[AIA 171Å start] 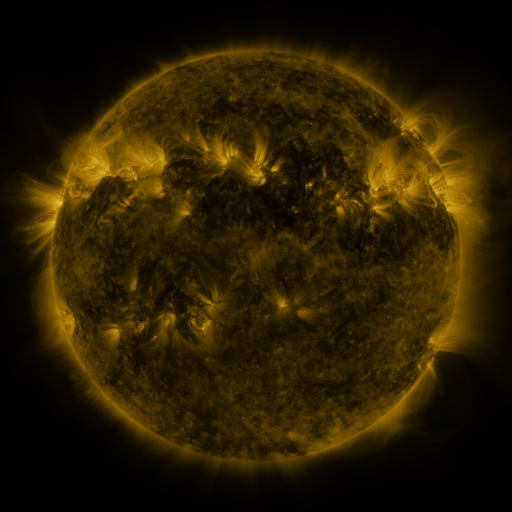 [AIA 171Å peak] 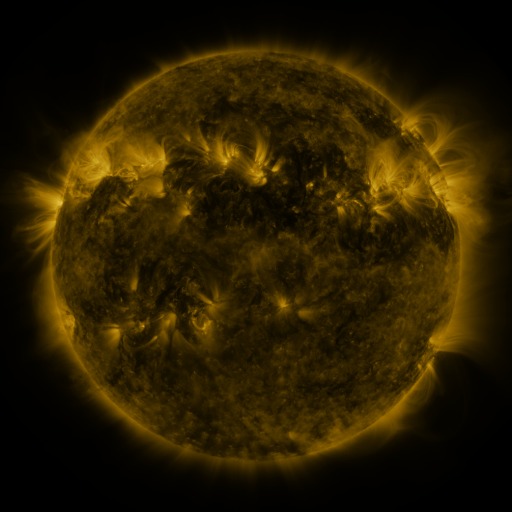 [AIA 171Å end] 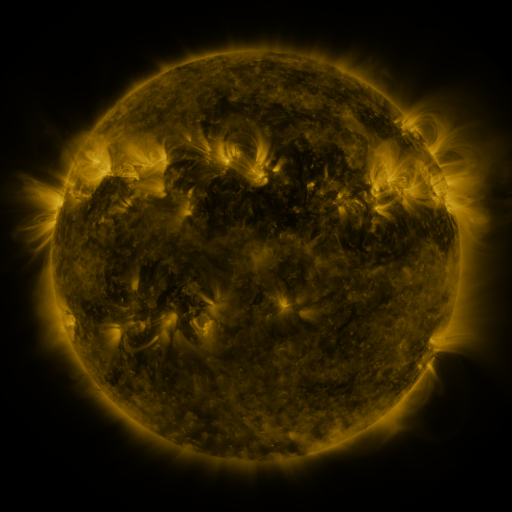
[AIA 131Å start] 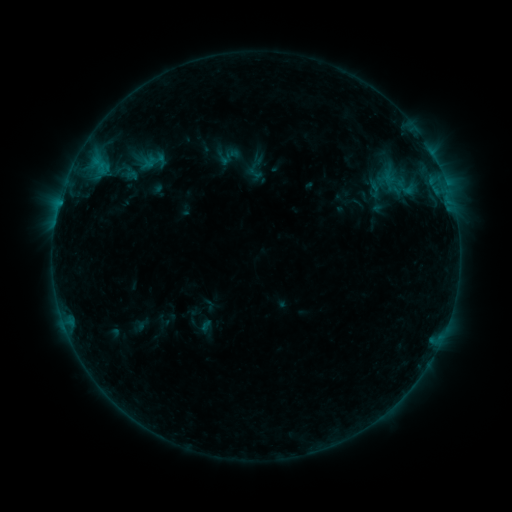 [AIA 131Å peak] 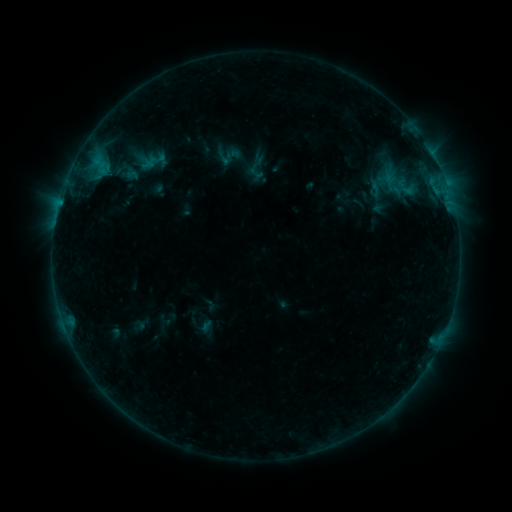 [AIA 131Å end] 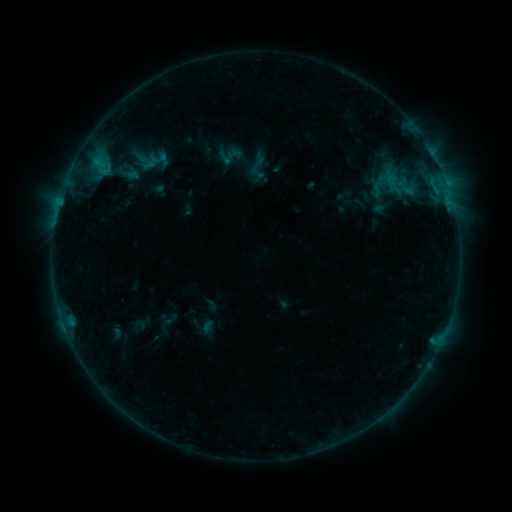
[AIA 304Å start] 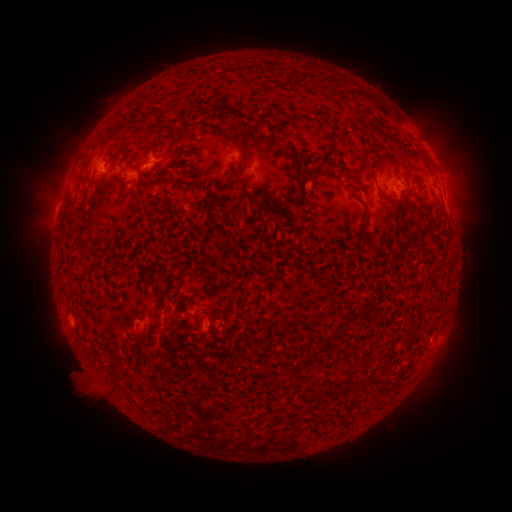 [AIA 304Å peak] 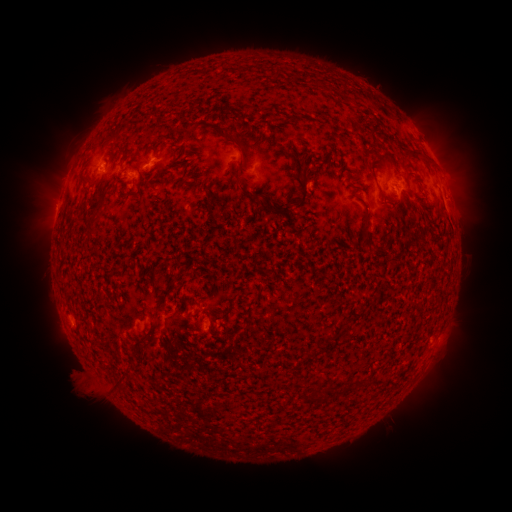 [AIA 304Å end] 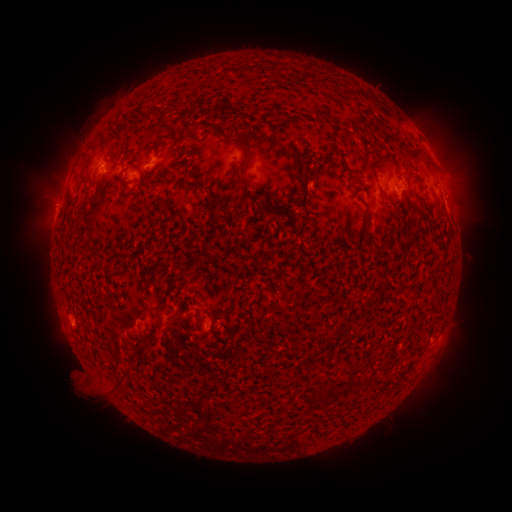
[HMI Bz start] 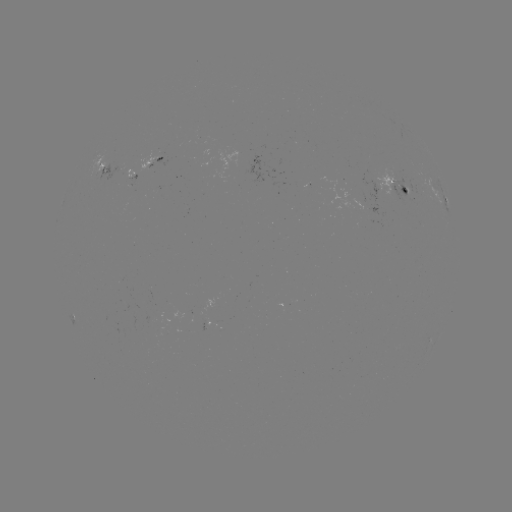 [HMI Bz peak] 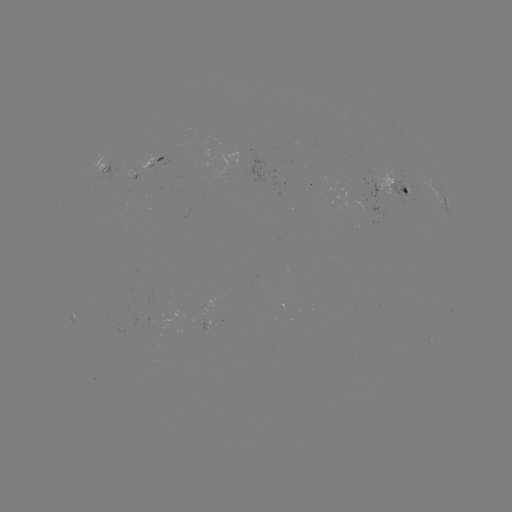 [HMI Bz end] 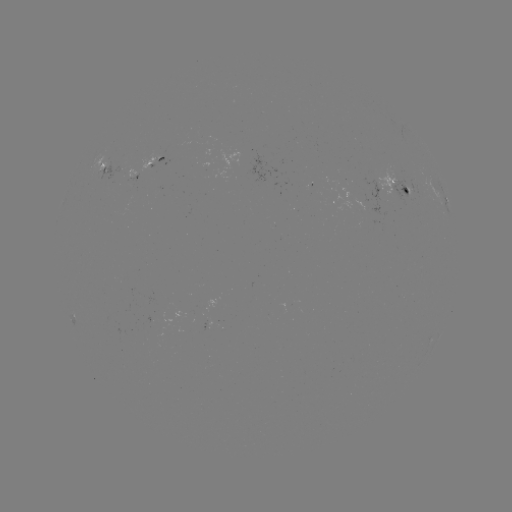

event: emerging-flux region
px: (390, 181)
